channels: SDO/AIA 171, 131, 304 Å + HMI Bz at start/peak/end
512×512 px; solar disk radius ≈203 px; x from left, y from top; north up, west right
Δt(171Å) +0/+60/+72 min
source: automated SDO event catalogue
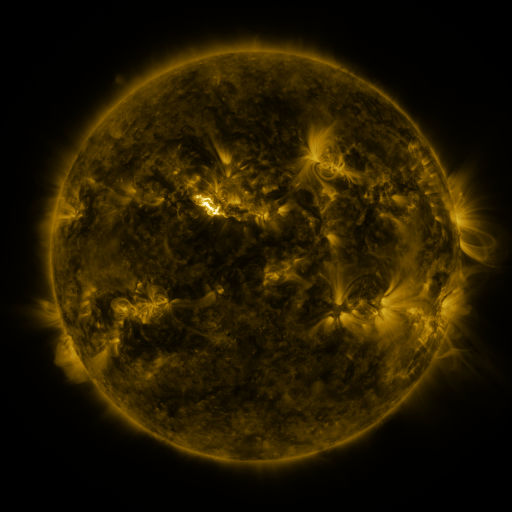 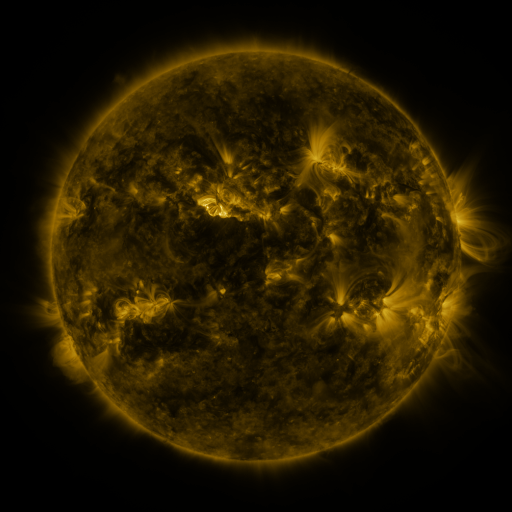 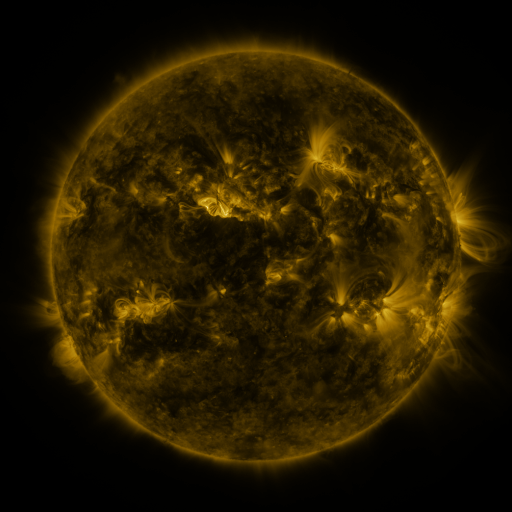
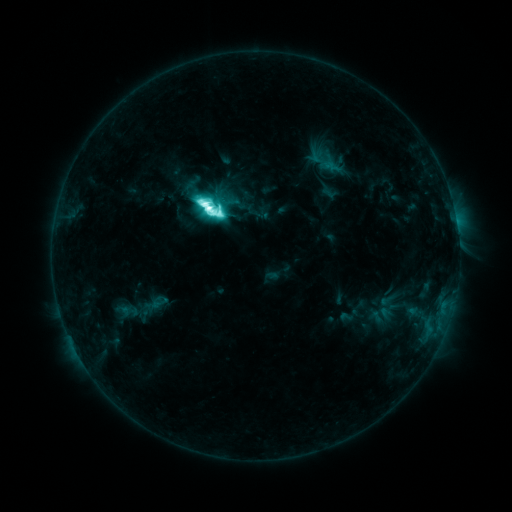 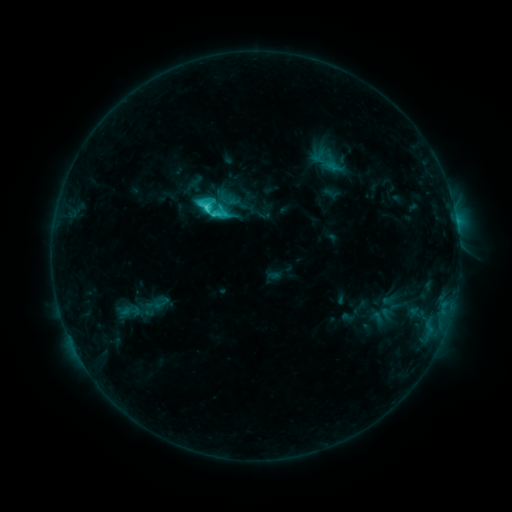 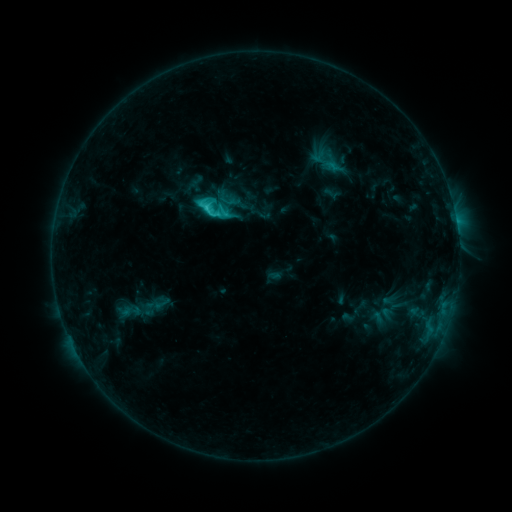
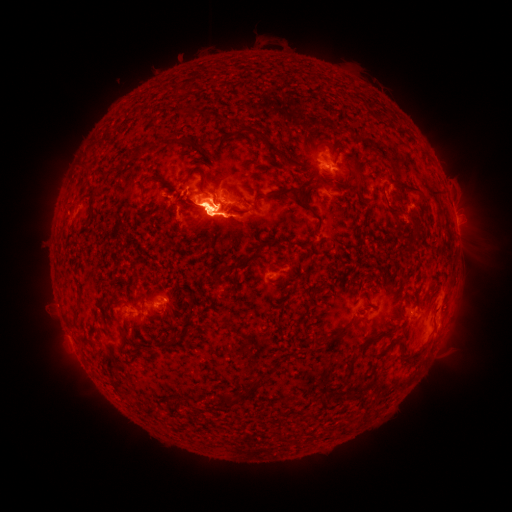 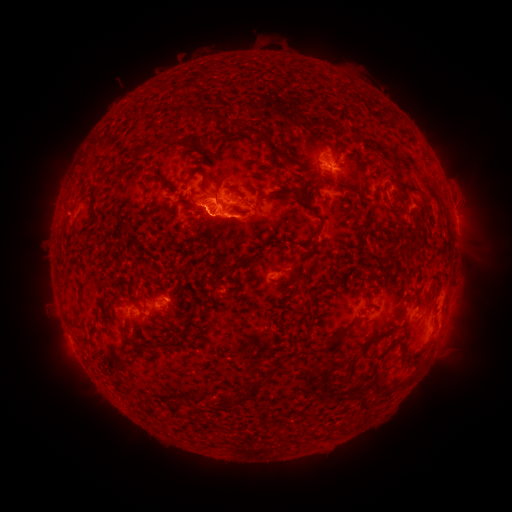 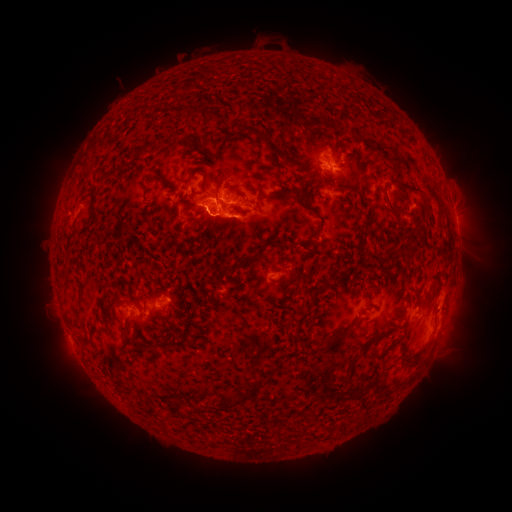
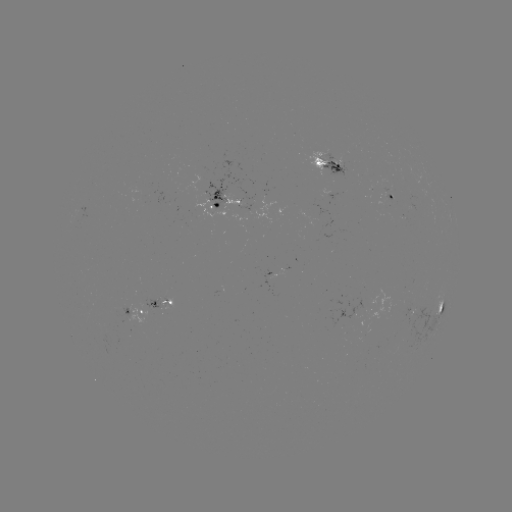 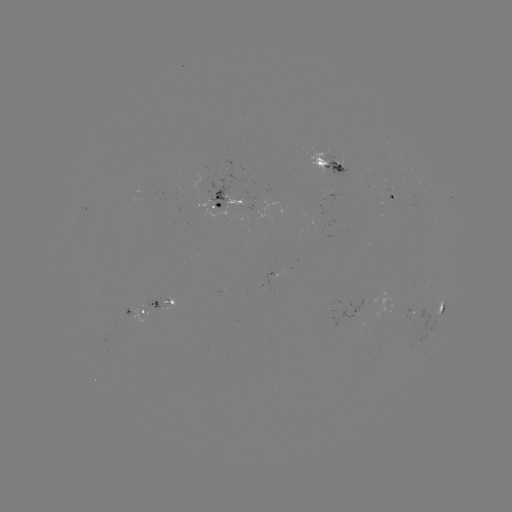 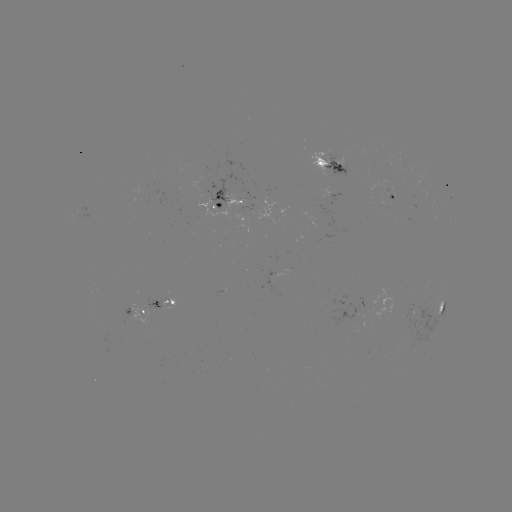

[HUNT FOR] emerging-flux region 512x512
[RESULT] [412, 308]